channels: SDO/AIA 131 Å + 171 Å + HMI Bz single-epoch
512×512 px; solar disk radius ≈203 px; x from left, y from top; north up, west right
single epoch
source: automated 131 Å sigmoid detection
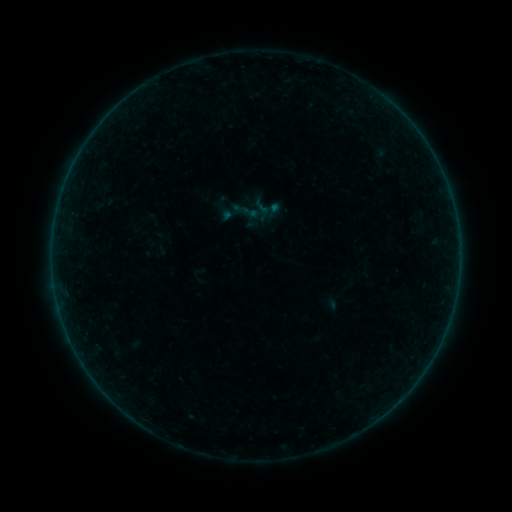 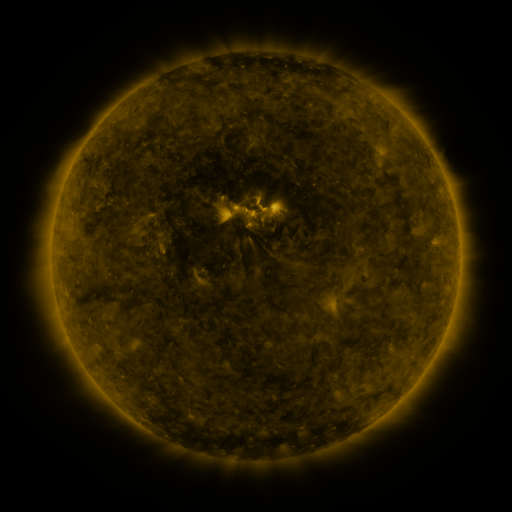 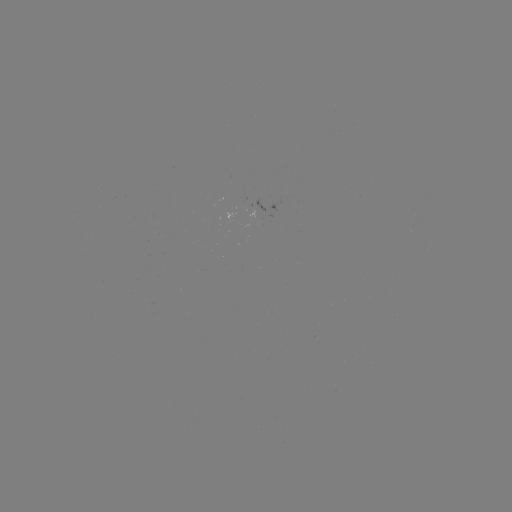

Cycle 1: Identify sigmoid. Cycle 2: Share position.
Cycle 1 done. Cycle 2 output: (268, 209).